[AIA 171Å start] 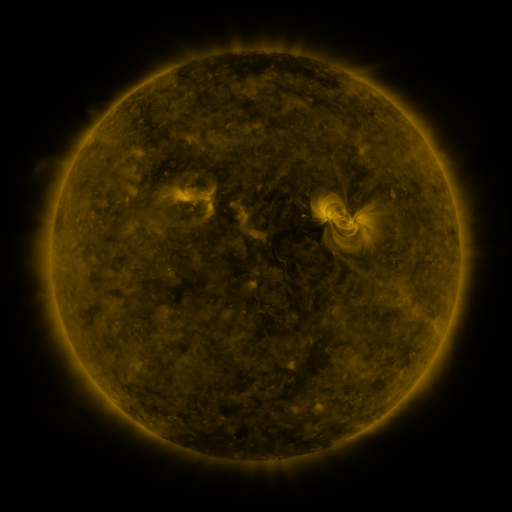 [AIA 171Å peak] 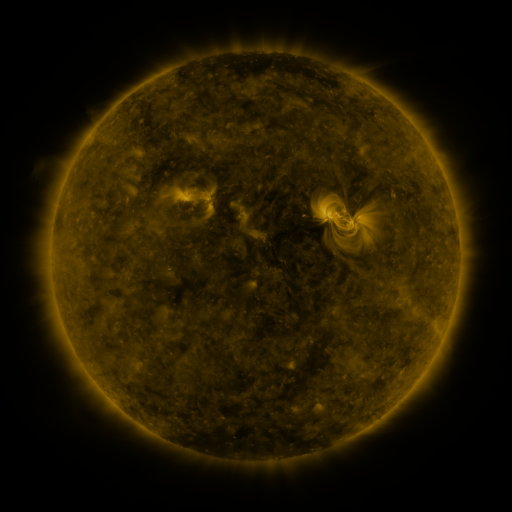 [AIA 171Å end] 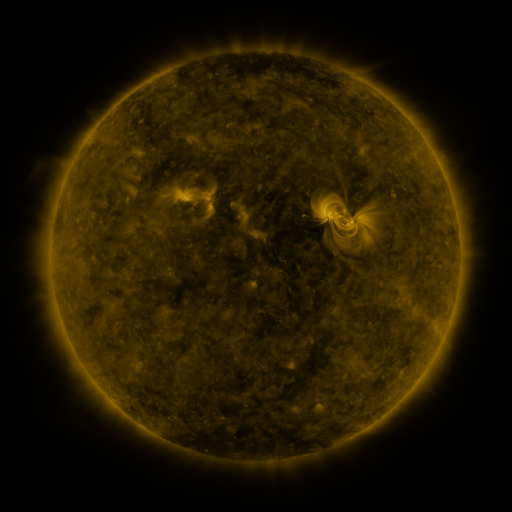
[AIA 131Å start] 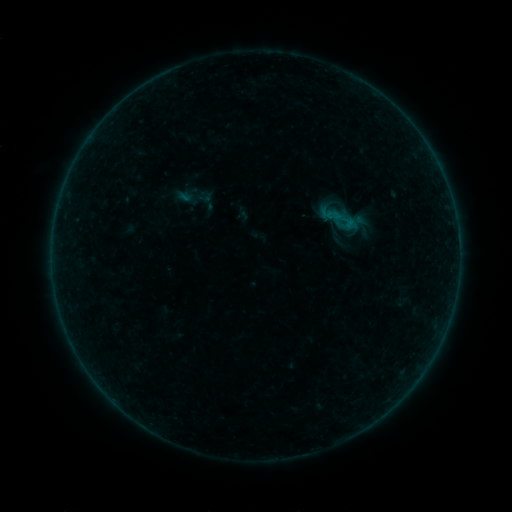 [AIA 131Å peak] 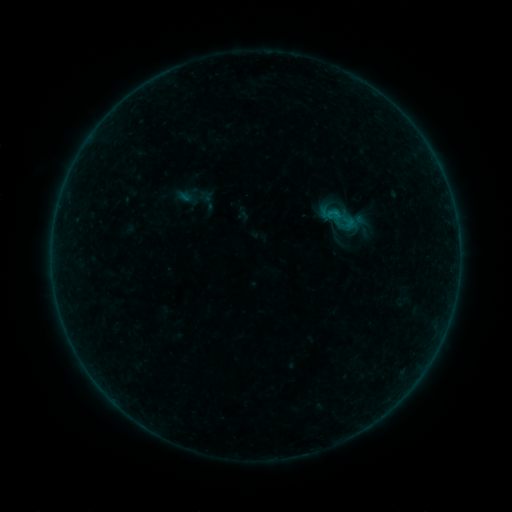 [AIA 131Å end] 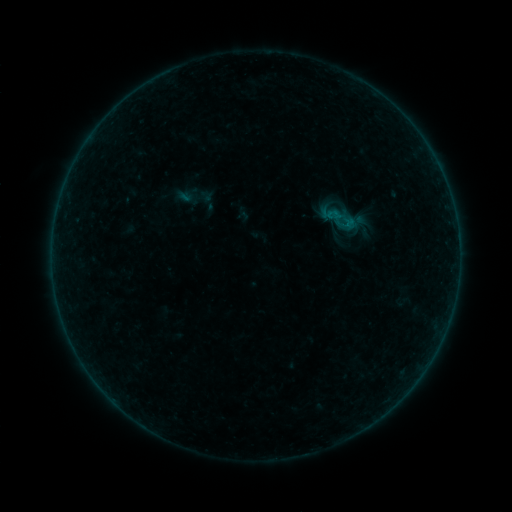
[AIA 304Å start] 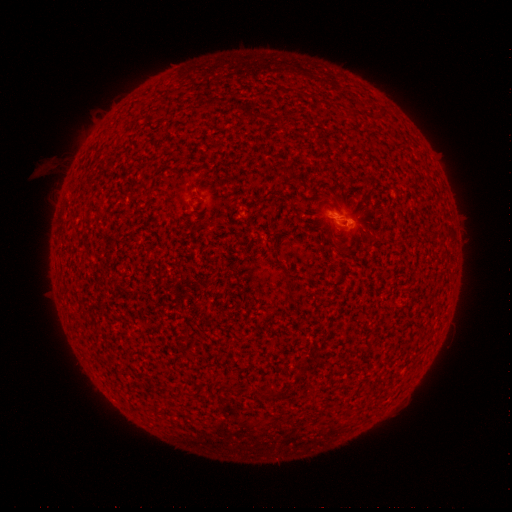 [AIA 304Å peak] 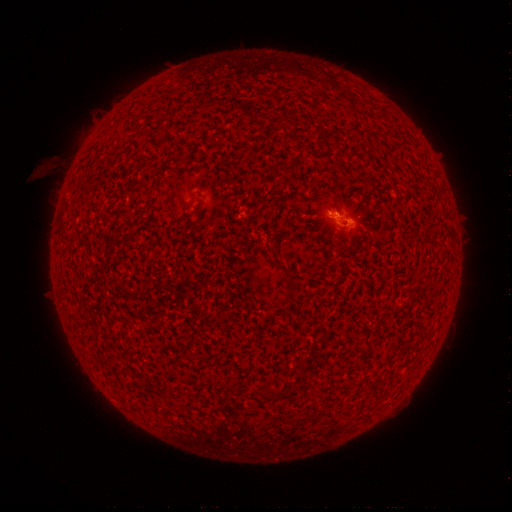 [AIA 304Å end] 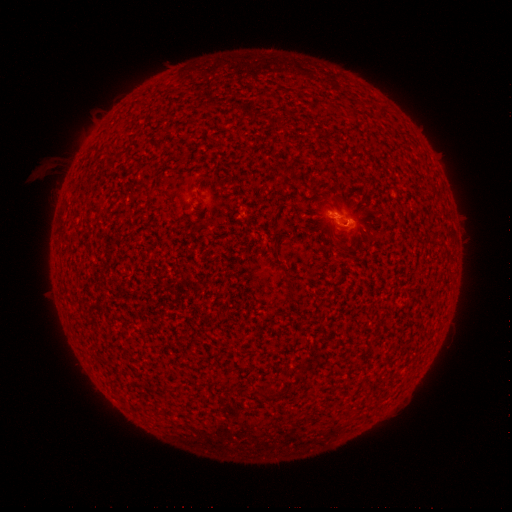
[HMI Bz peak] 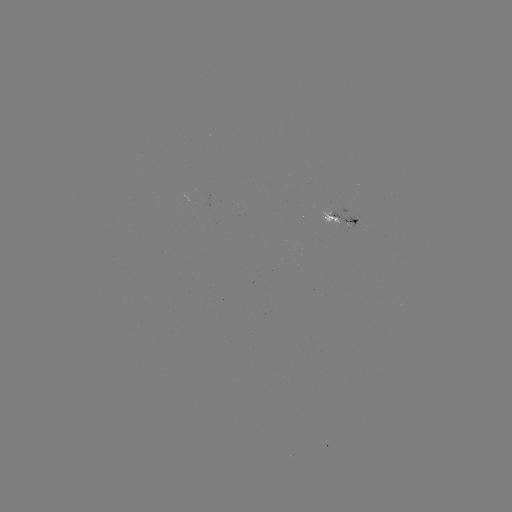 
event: flare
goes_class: B1.3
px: (331, 213)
